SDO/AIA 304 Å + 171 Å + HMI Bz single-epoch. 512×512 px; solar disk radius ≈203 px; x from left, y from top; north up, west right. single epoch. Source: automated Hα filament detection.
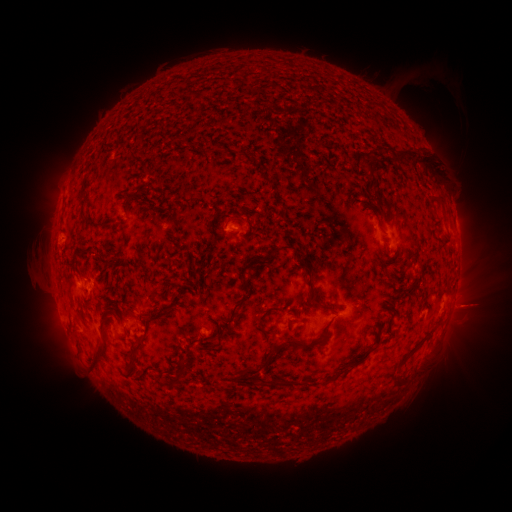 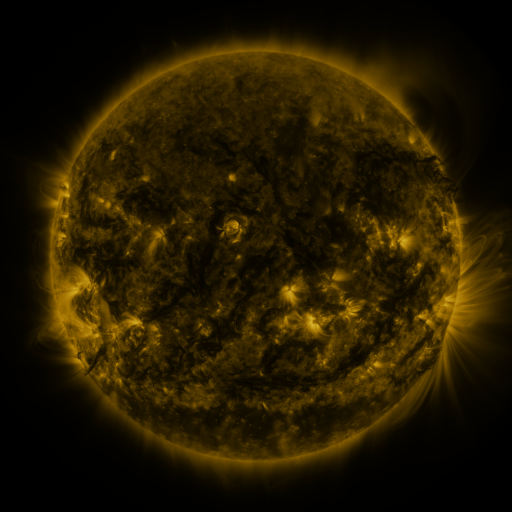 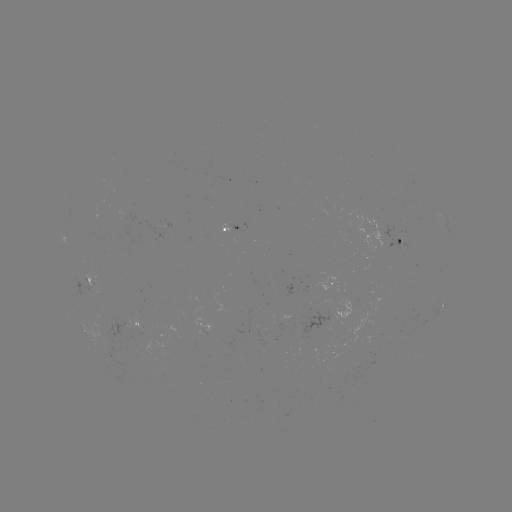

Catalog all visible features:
filament: (267, 105)
filament: (422, 157)
filament: (367, 164)
filament: (148, 172)
filament: (268, 181)
filament: (139, 191)
filament: (441, 198)
filament: (127, 207)
filament: (213, 217)
filament: (242, 219)
filament: (100, 227)
filament: (276, 250)
filament: (109, 262)
filament: (309, 299)
filament: (243, 300)
filament: (366, 304)
filament: (115, 305)
filament: (106, 321)
filament: (158, 322)
filament: (222, 330)
filament: (320, 339)
filament: (379, 340)
filament: (298, 342)
filament: (274, 352)
filament: (136, 355)
filament: (363, 356)
filament: (100, 358)
filament: (342, 371)
filament: (183, 372)
filament: (251, 372)
filament: (266, 380)
filament: (405, 380)
filament: (228, 386)
